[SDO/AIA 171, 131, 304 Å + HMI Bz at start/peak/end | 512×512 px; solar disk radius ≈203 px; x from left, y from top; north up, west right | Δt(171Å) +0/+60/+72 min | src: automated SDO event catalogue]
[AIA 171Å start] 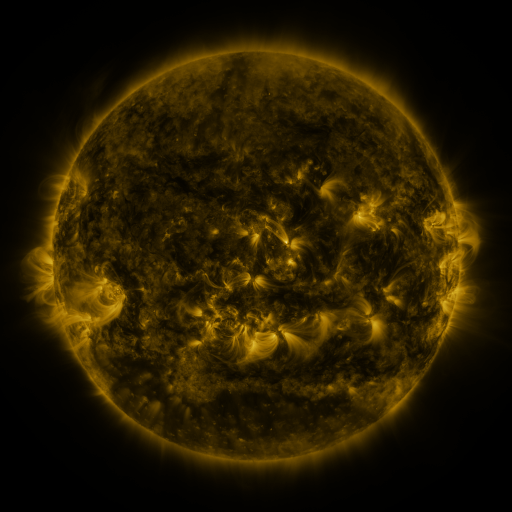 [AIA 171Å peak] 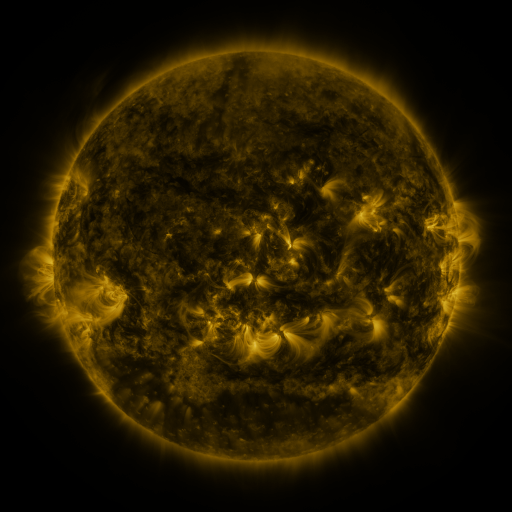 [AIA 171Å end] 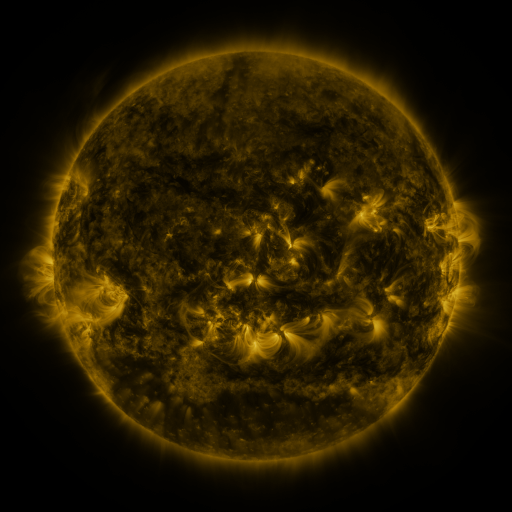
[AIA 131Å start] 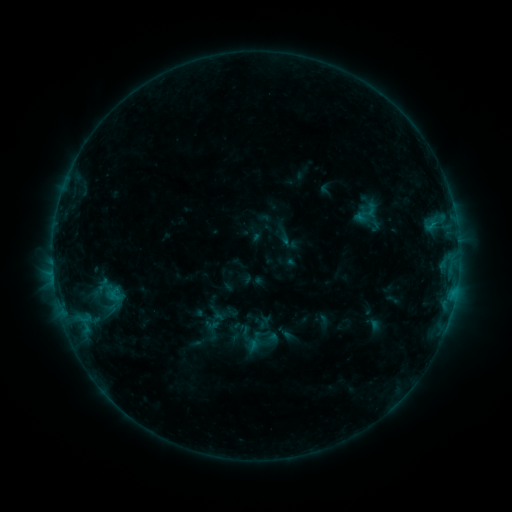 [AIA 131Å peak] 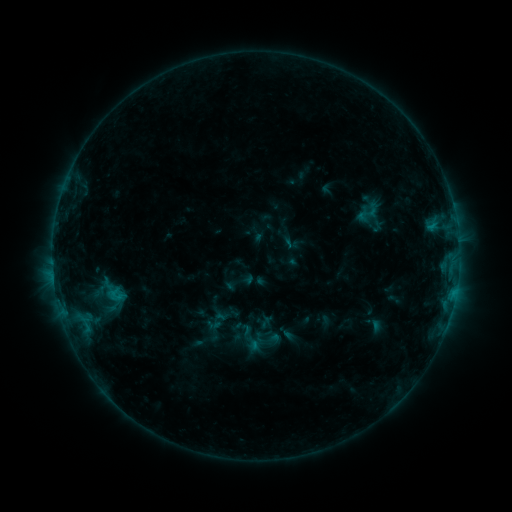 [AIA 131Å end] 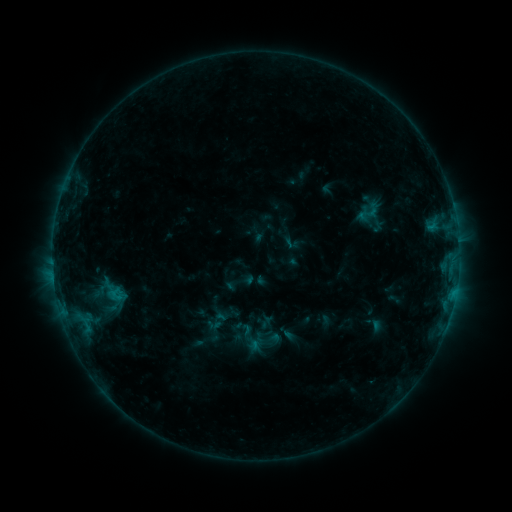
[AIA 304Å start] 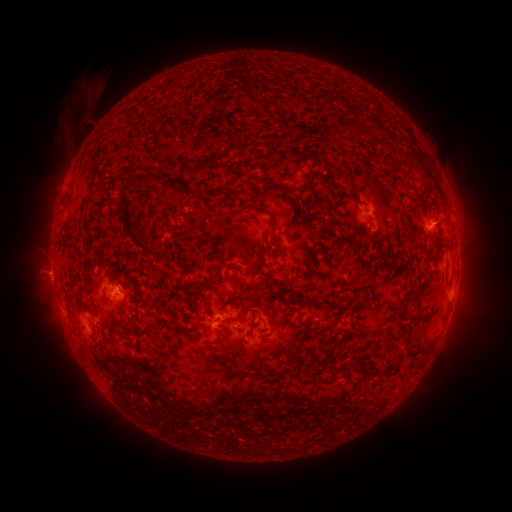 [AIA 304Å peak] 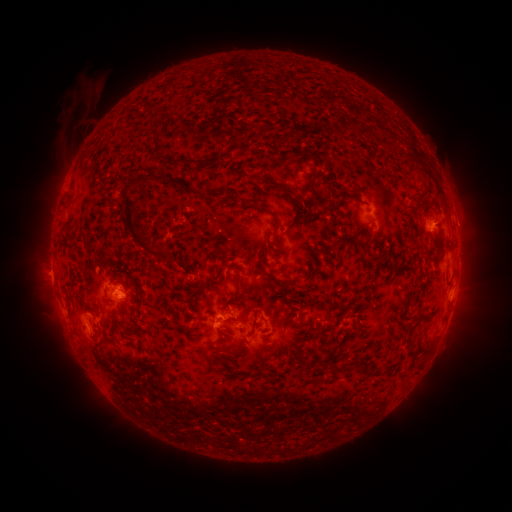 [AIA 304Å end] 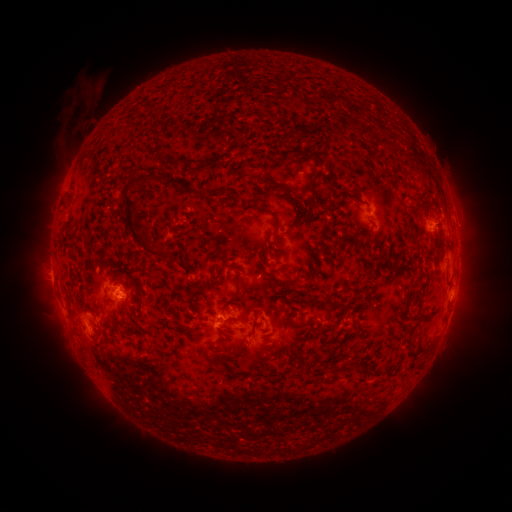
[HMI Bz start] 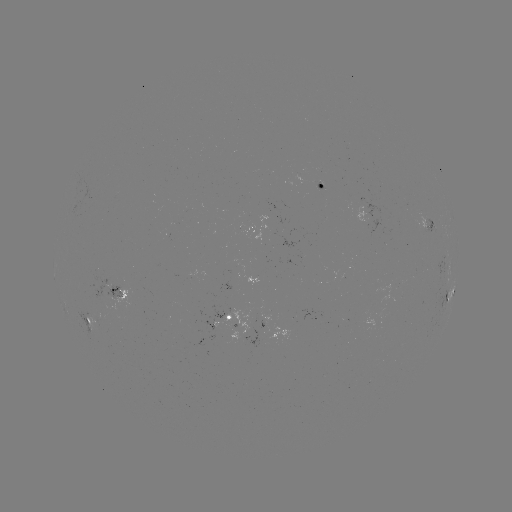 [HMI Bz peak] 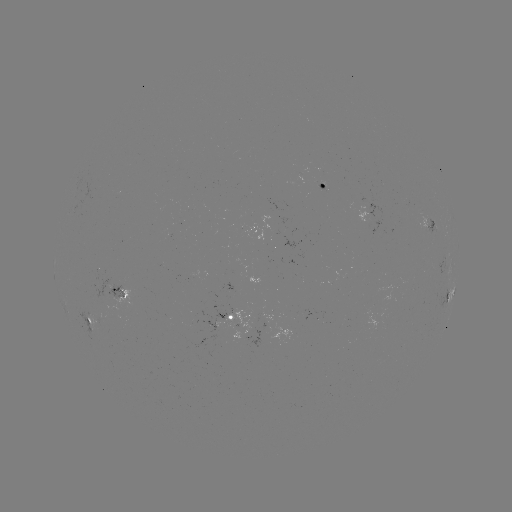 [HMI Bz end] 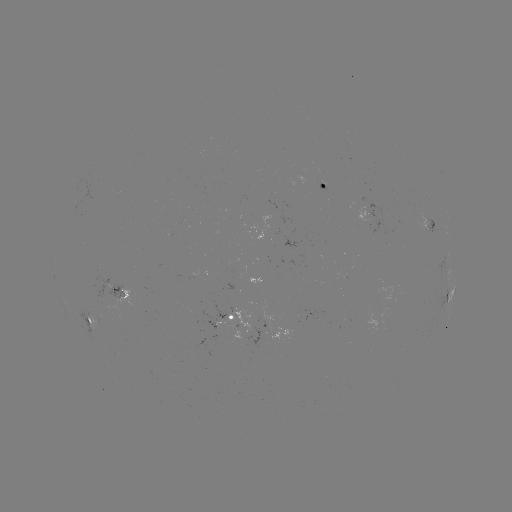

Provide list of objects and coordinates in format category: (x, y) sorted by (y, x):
emerging-flux region: (318, 185)
